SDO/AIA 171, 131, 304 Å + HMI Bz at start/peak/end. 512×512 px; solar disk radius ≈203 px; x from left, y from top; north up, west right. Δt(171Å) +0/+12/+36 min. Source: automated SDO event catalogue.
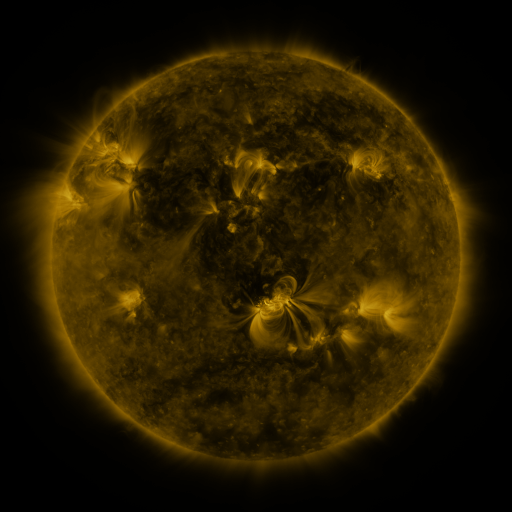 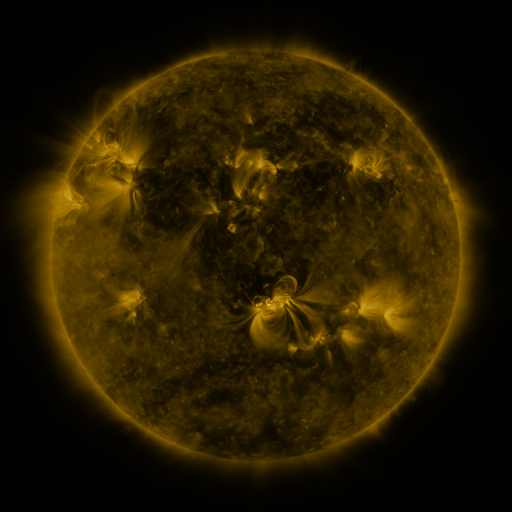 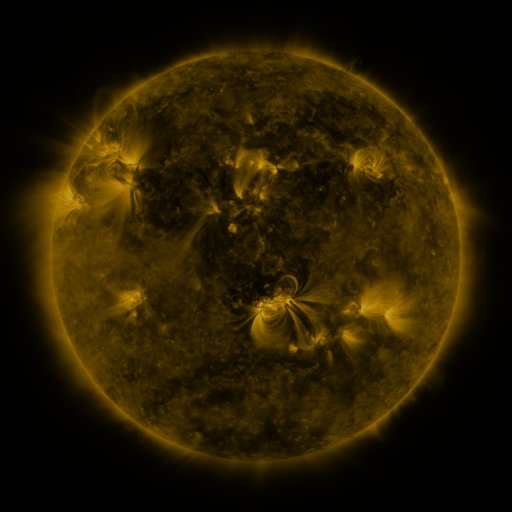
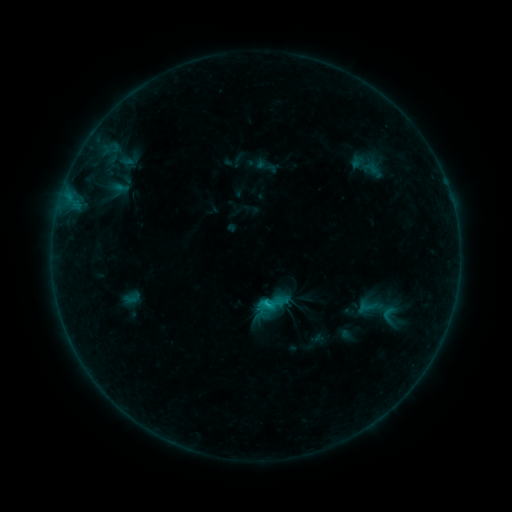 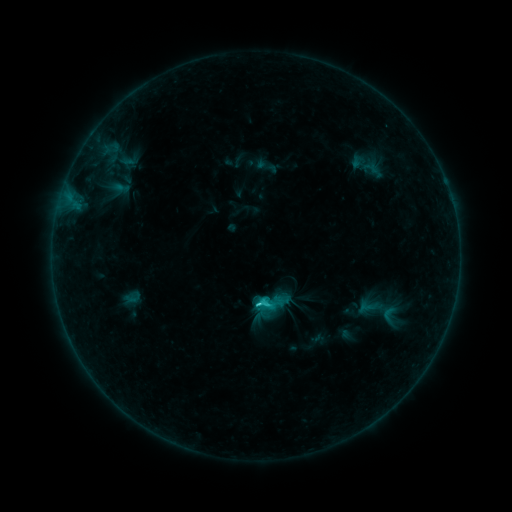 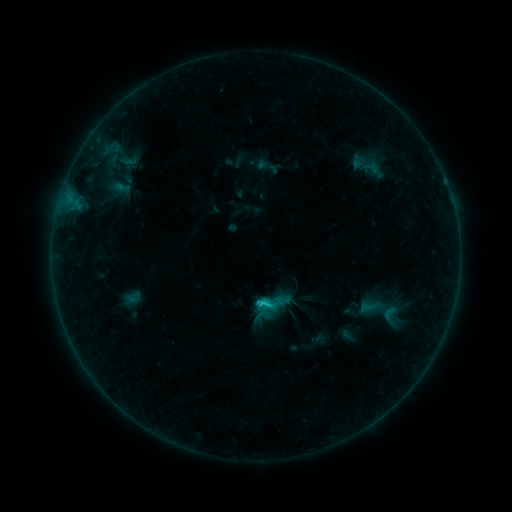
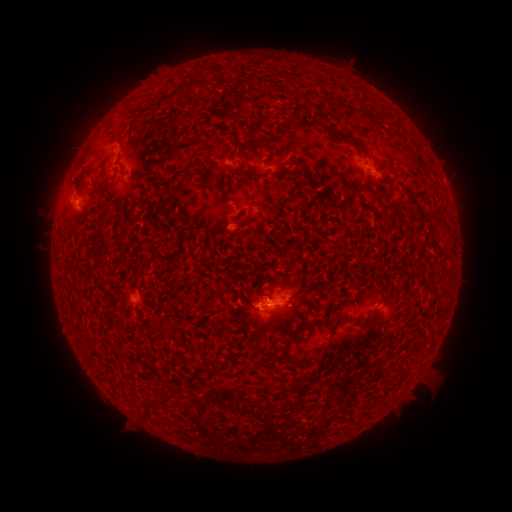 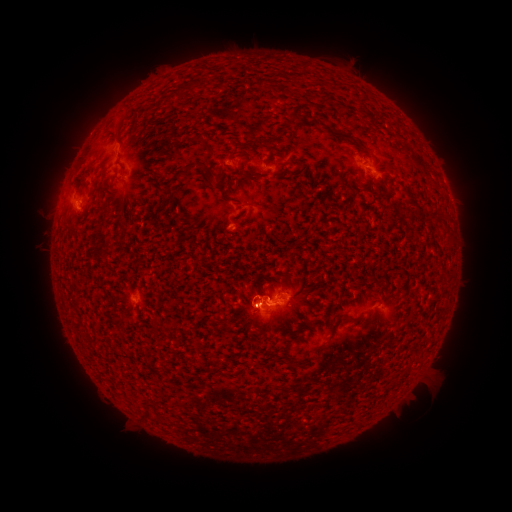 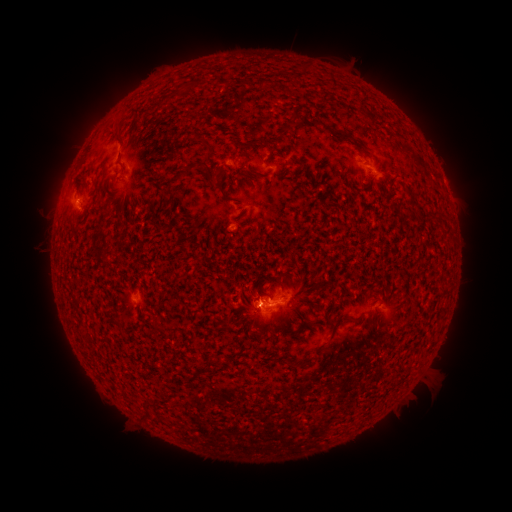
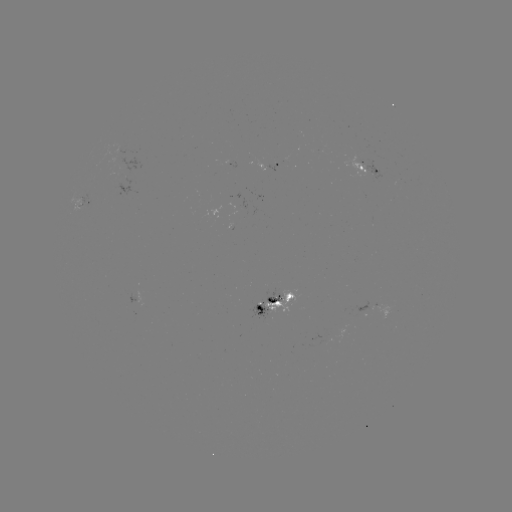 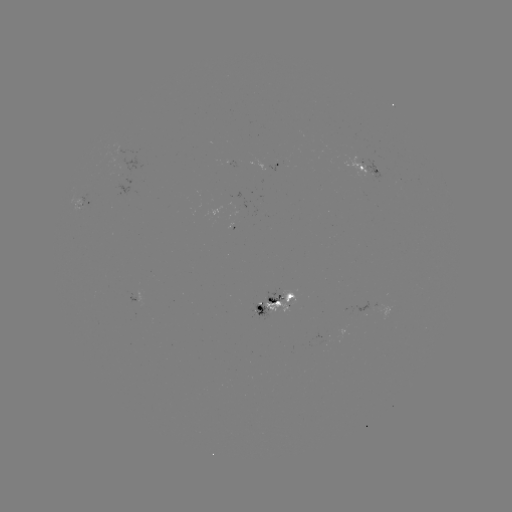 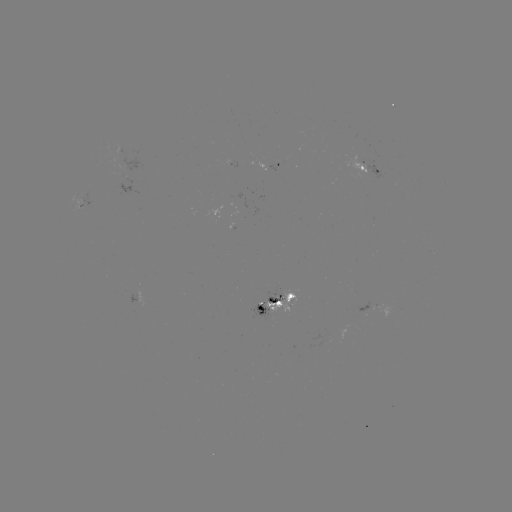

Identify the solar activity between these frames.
C1.7 flare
